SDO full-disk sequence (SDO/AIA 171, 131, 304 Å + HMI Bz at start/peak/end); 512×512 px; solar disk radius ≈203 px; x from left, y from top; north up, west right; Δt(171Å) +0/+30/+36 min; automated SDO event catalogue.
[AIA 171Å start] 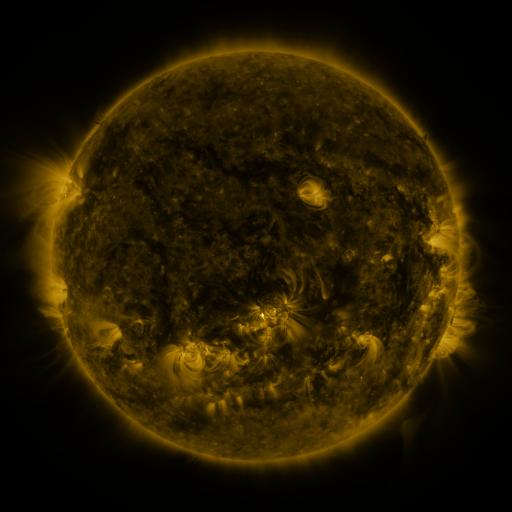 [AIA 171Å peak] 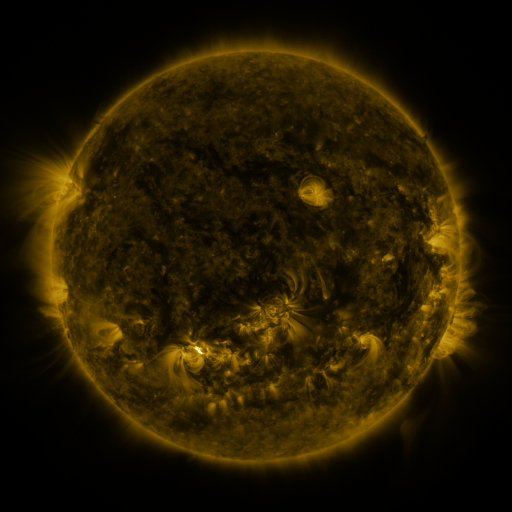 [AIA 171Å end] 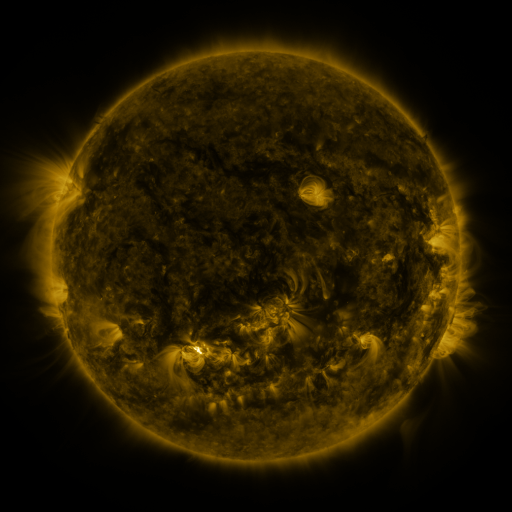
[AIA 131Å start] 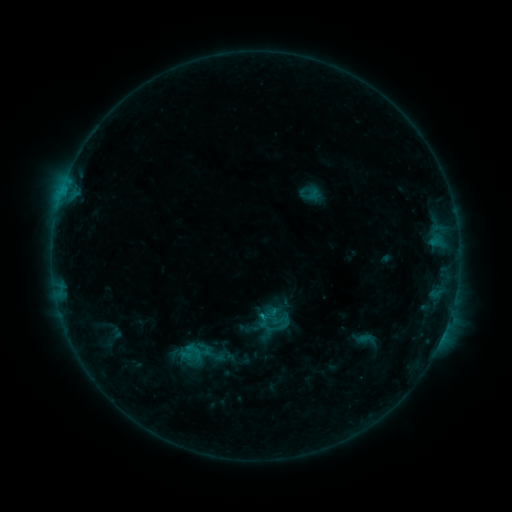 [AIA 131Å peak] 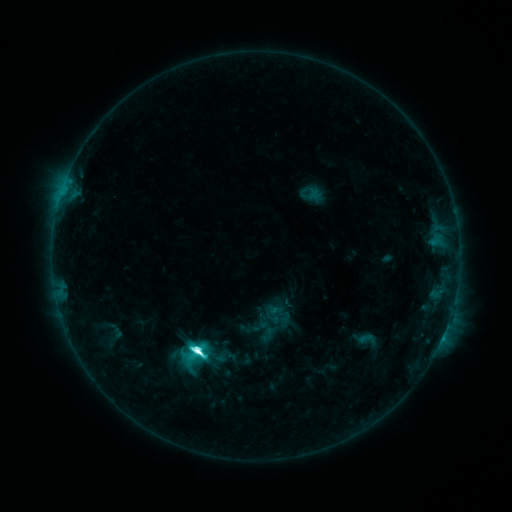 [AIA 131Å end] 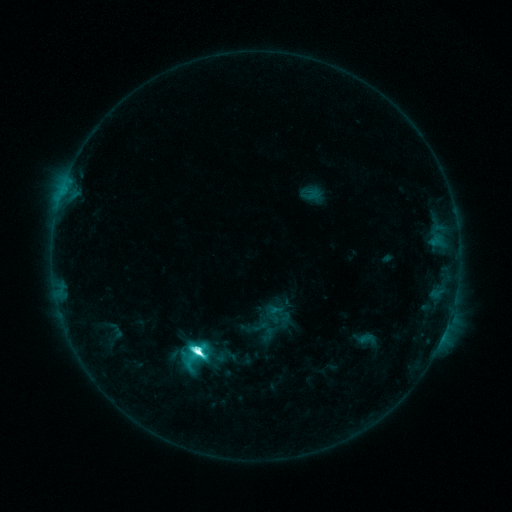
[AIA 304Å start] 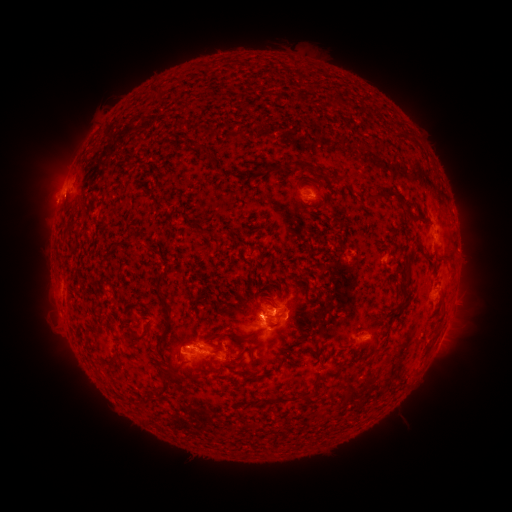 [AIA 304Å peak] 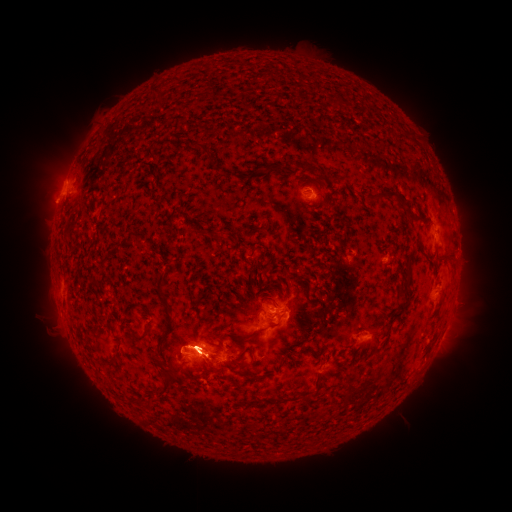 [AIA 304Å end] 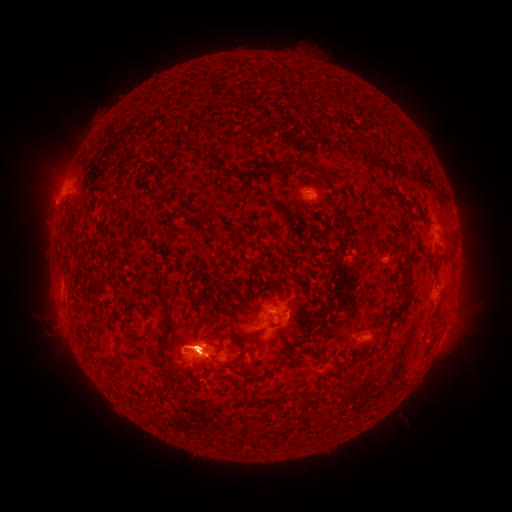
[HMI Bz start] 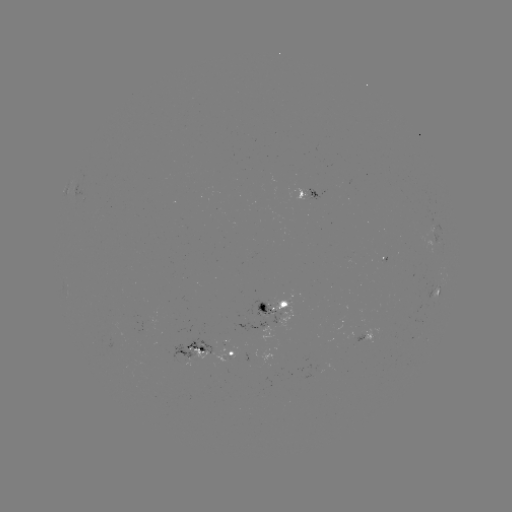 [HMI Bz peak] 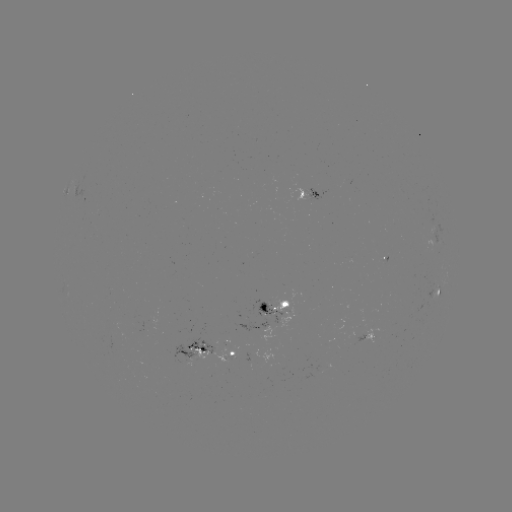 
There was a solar flare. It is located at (200, 350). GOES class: M1.7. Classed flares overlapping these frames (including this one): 1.